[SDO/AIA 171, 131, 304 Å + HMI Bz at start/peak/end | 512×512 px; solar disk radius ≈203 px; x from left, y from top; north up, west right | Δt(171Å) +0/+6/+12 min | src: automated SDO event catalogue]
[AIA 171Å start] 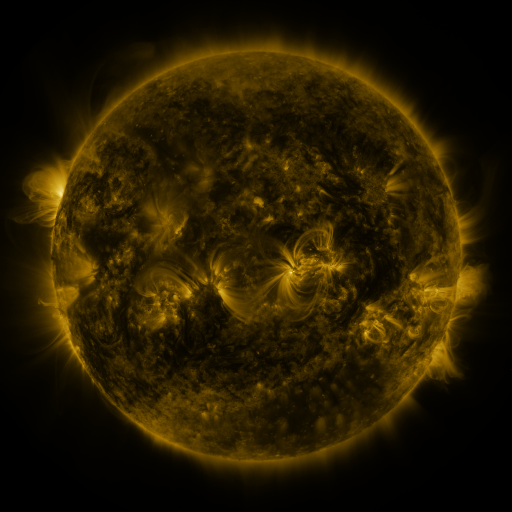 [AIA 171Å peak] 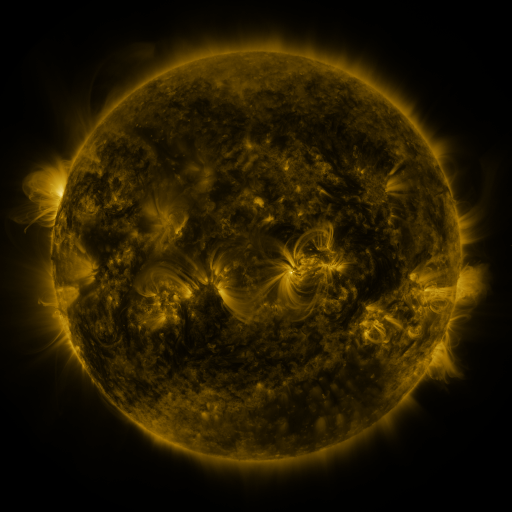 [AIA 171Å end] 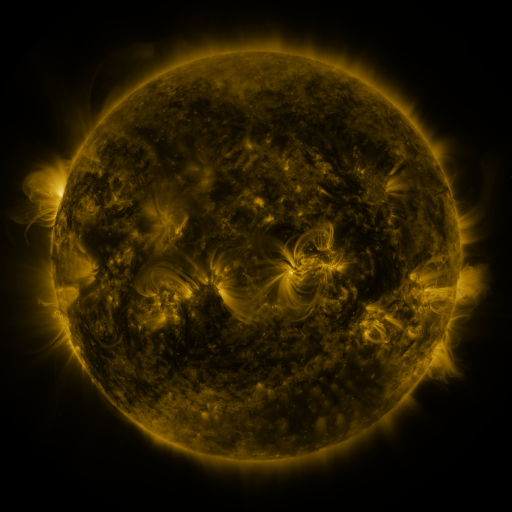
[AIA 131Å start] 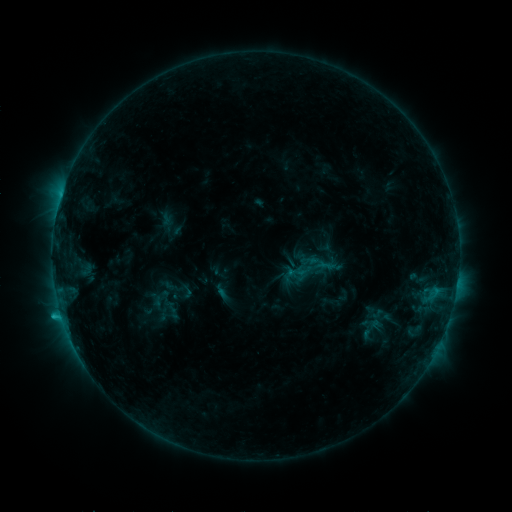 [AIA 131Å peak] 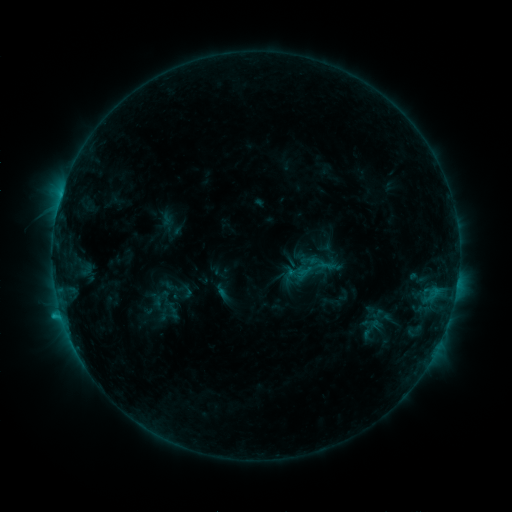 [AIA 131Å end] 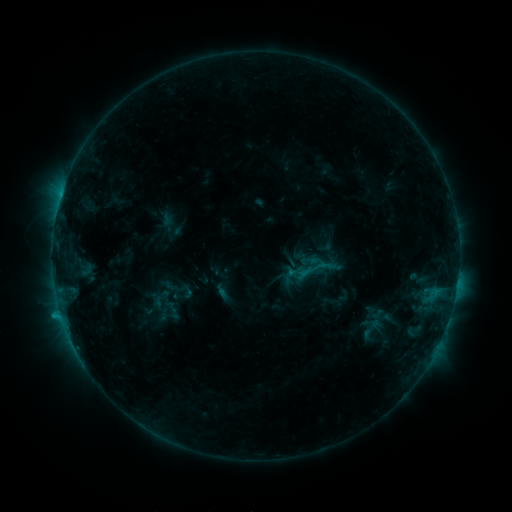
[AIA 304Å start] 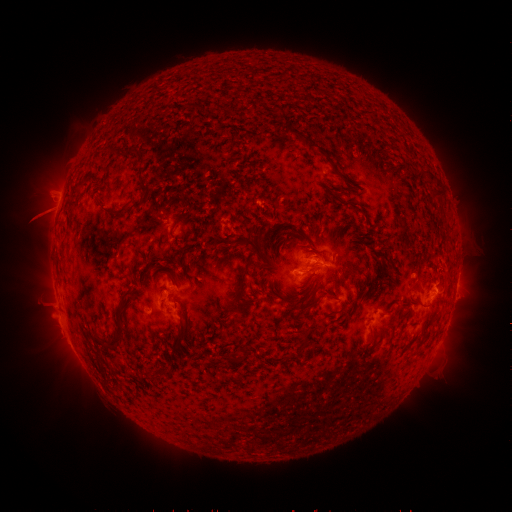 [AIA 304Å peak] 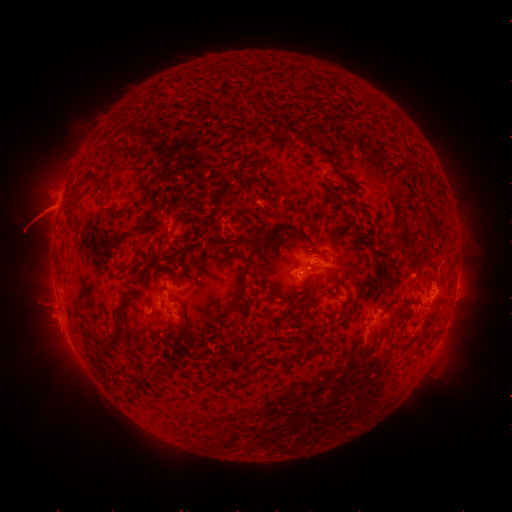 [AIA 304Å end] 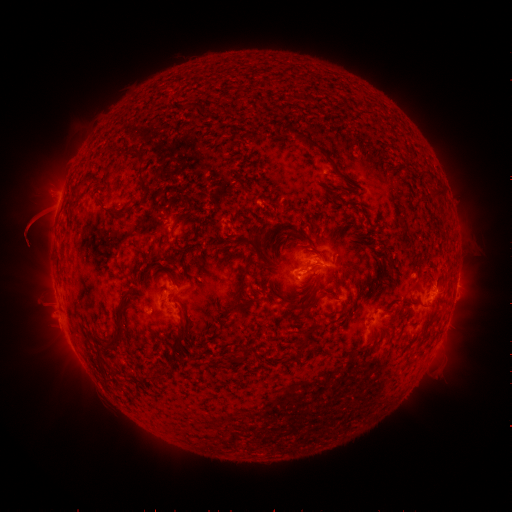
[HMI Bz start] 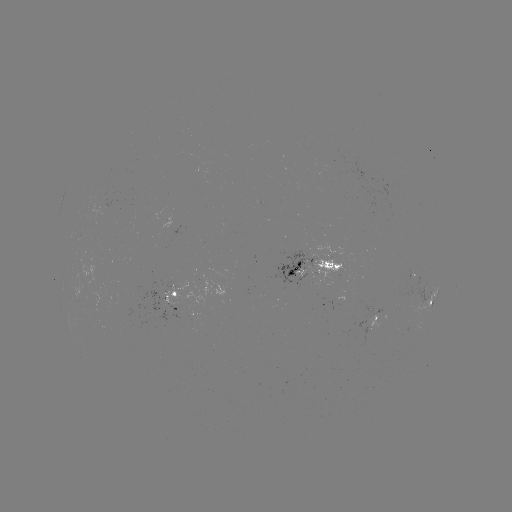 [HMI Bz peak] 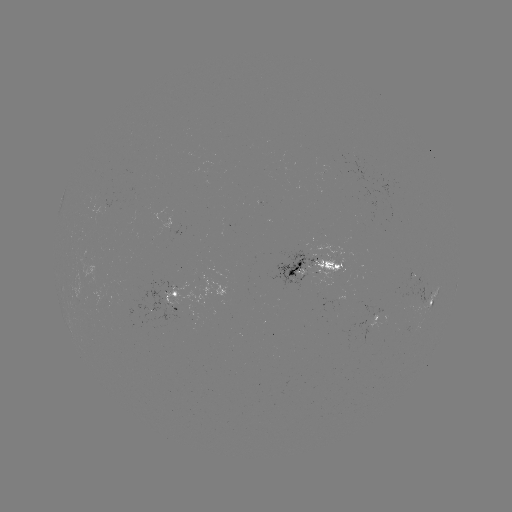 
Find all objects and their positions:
eruption: (31, 226)
